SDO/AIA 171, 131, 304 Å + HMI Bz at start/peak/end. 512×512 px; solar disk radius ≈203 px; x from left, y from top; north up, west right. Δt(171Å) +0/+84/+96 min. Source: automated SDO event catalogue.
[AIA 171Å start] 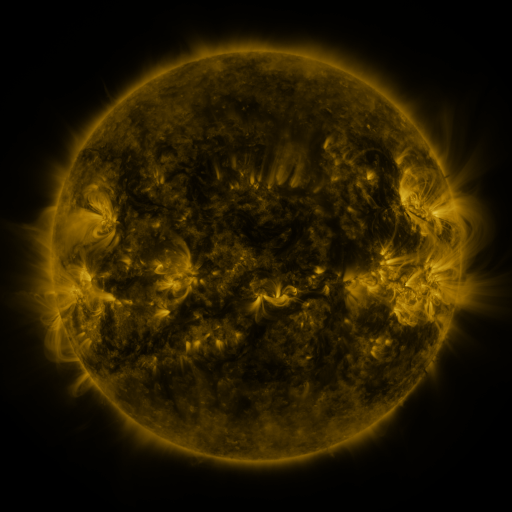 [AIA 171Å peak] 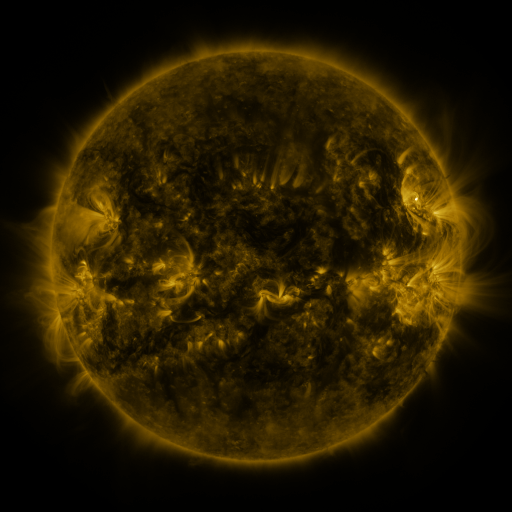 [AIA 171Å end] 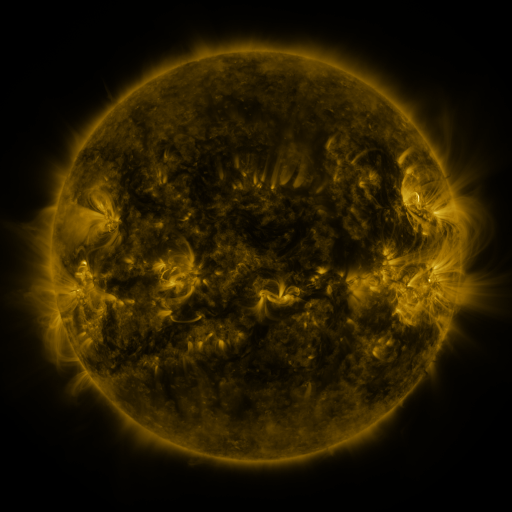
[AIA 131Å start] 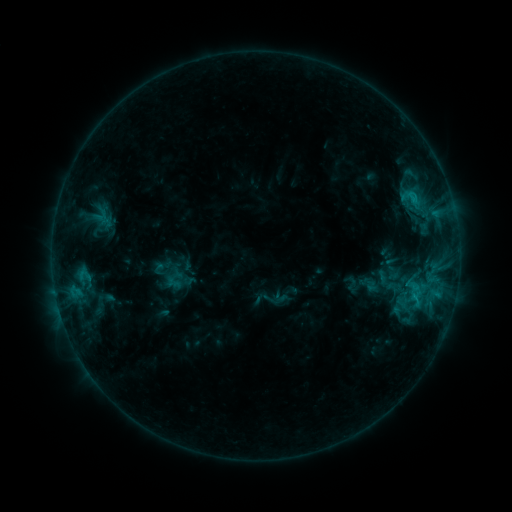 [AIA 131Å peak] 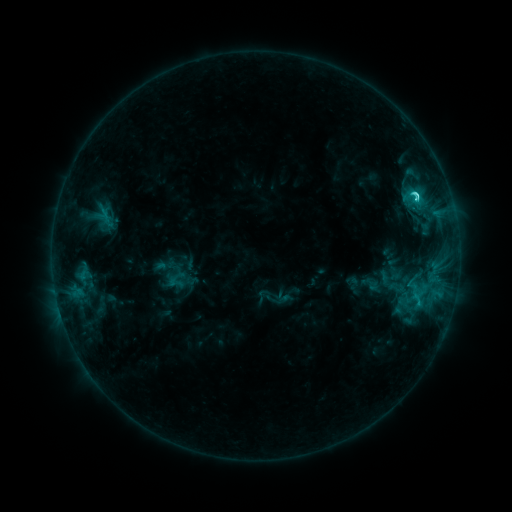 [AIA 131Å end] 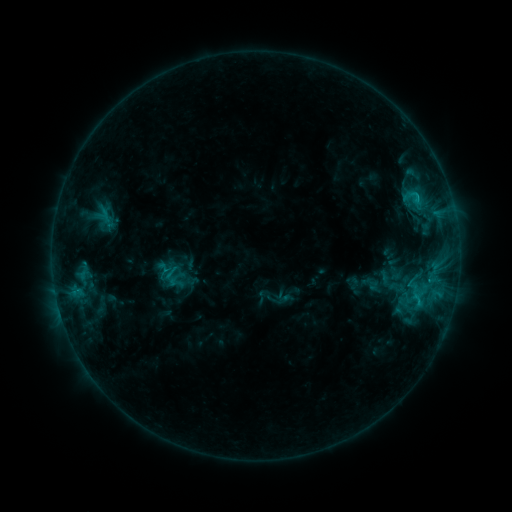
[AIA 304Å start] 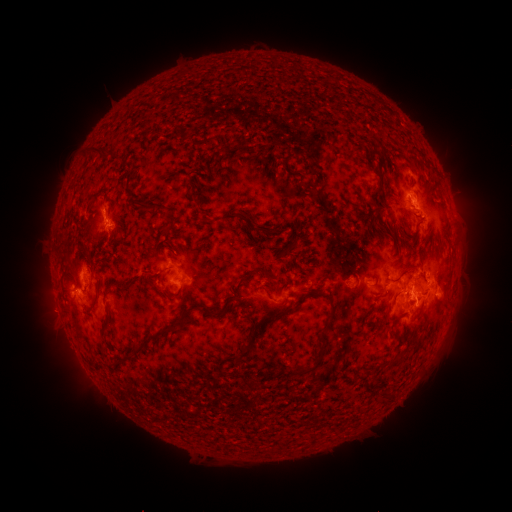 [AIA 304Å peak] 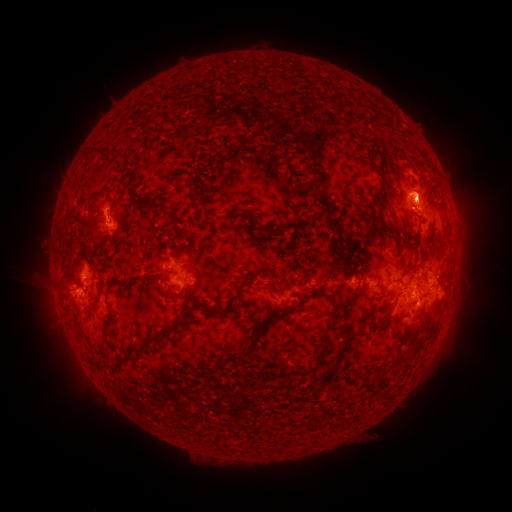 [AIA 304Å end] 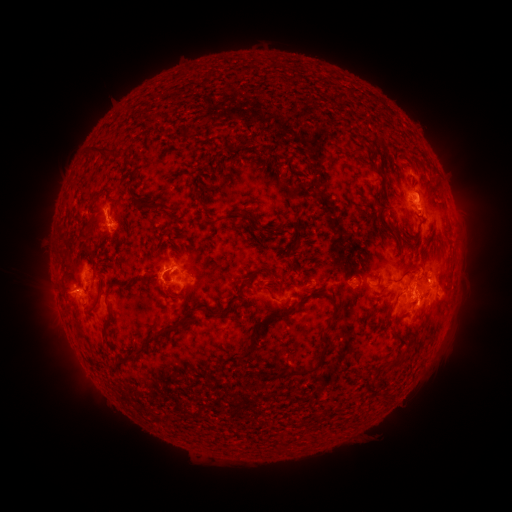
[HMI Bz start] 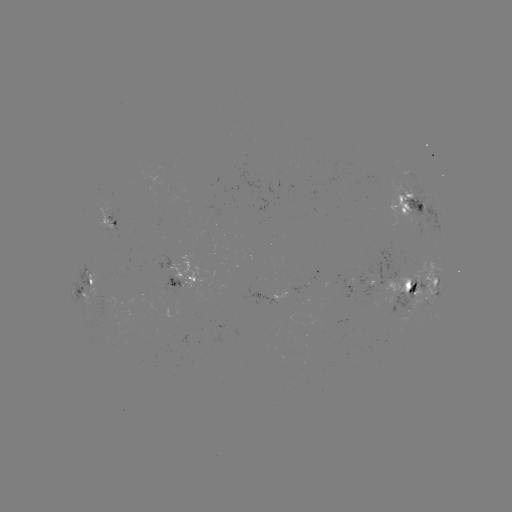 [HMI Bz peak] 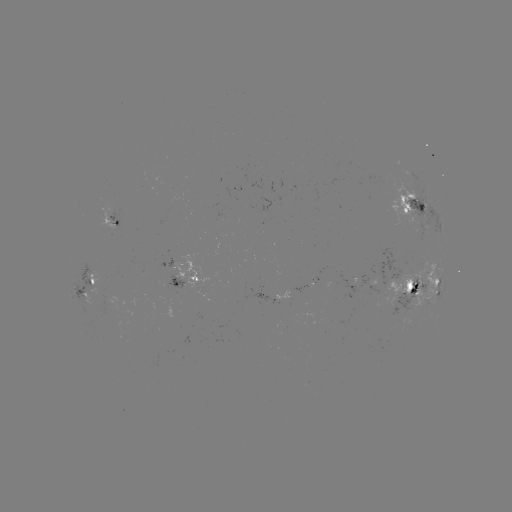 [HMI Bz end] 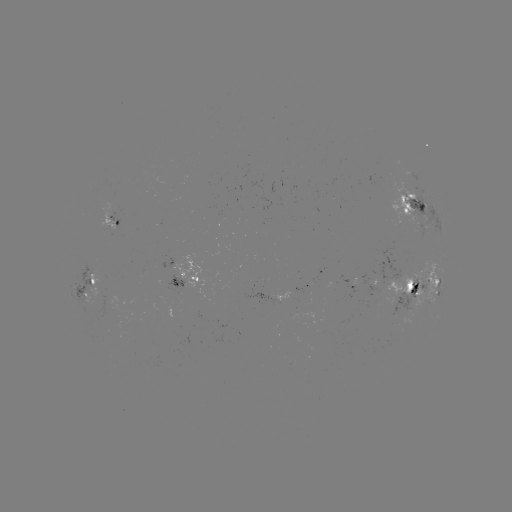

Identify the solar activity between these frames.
emerging-flux region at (409, 208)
